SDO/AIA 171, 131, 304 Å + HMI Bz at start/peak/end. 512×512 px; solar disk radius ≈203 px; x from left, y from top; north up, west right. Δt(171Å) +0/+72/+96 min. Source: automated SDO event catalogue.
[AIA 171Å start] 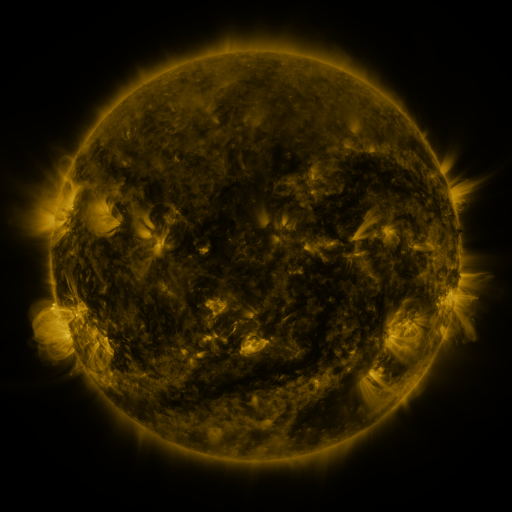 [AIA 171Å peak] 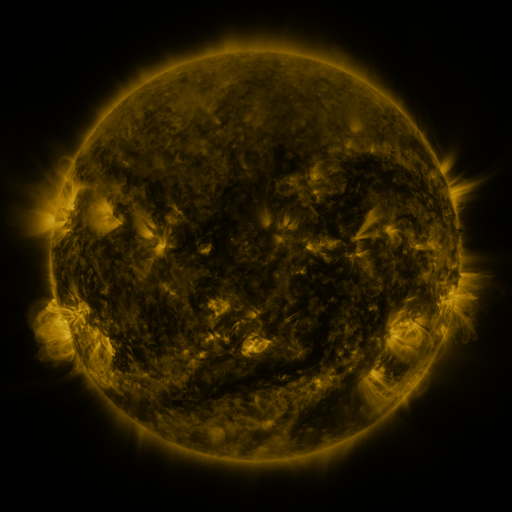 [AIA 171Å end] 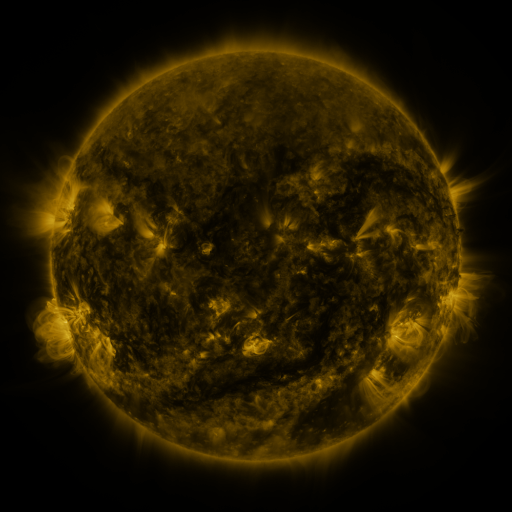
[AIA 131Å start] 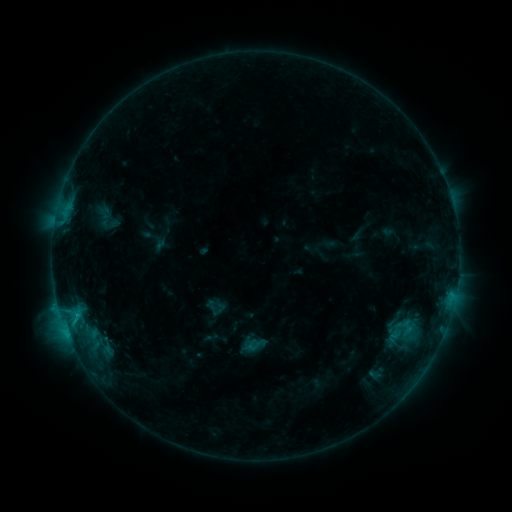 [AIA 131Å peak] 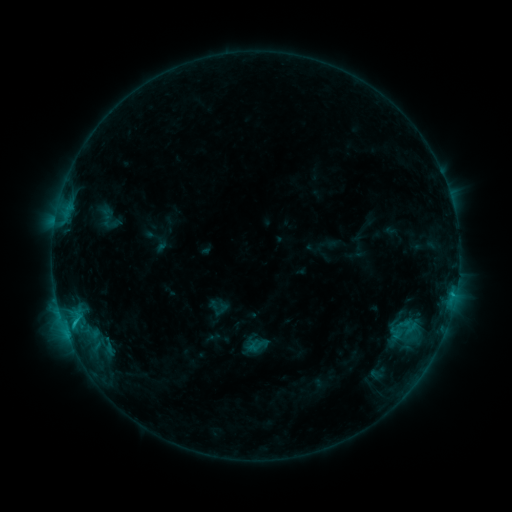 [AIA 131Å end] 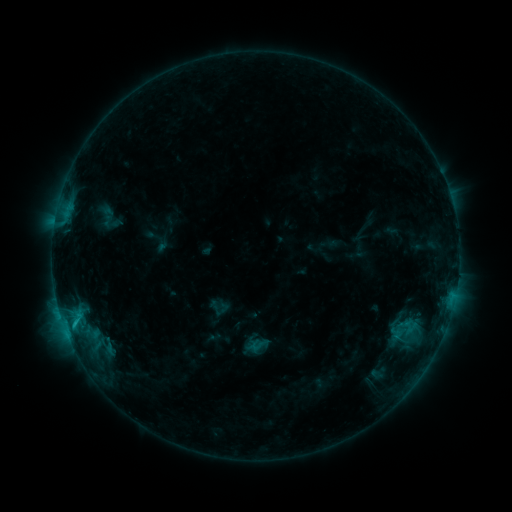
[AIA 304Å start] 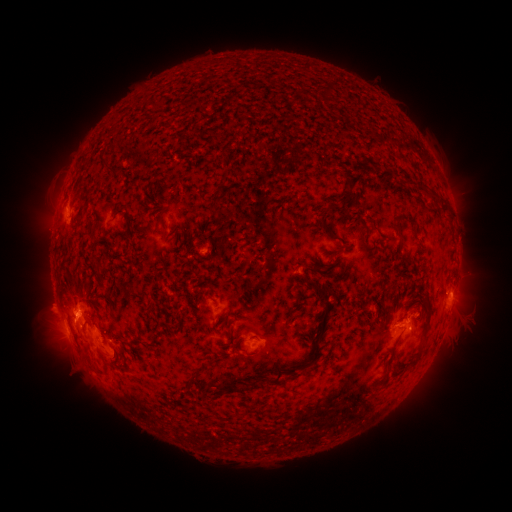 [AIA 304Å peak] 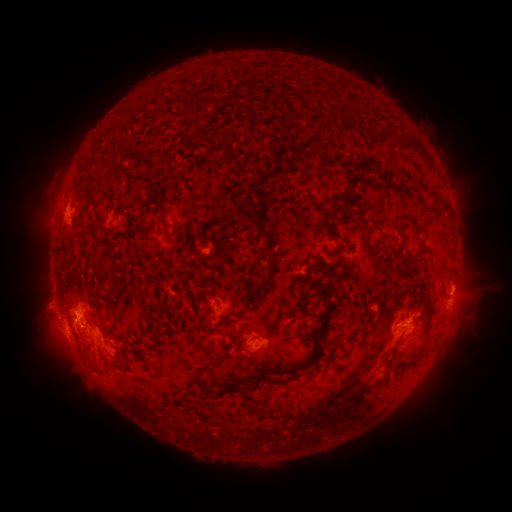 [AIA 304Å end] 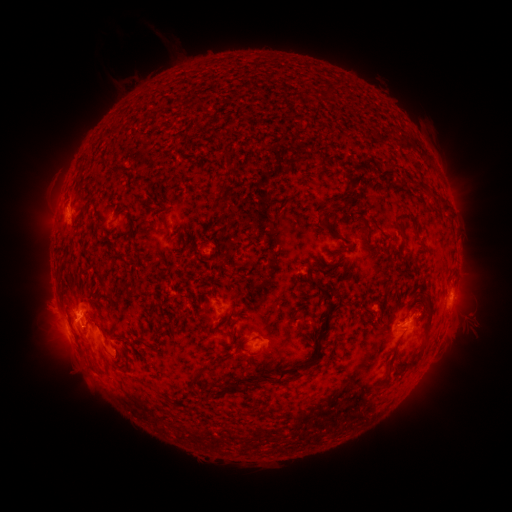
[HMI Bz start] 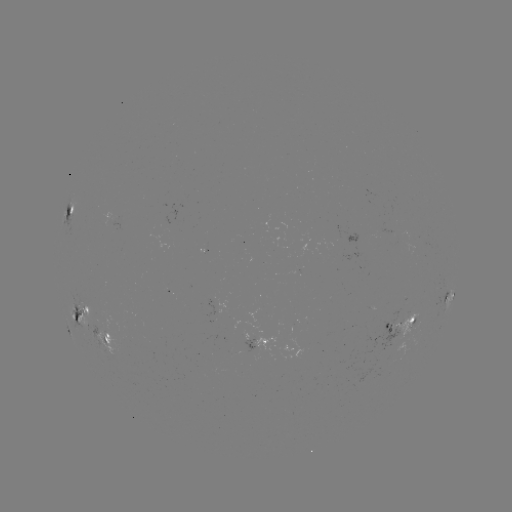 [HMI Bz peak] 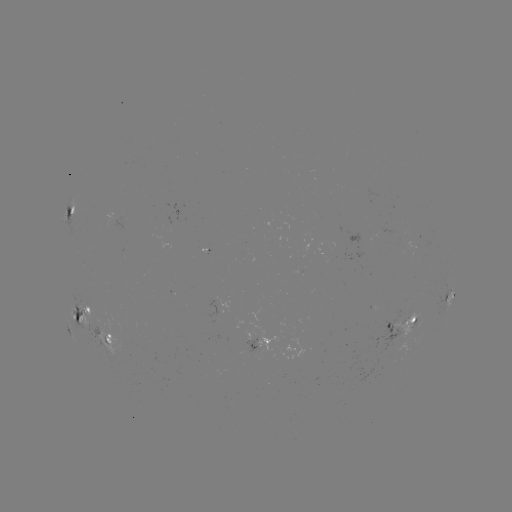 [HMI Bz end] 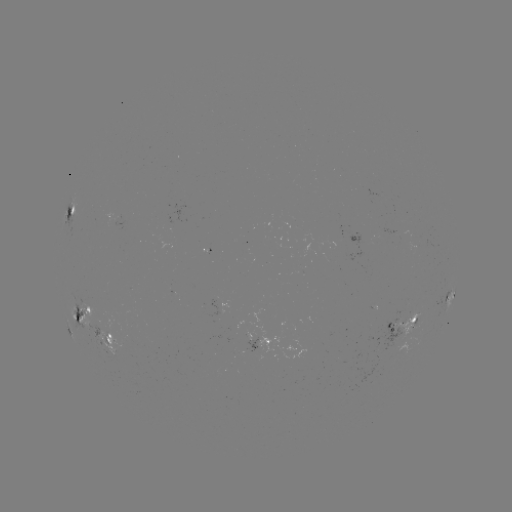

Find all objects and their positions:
emerging-flux region: (334, 236)
